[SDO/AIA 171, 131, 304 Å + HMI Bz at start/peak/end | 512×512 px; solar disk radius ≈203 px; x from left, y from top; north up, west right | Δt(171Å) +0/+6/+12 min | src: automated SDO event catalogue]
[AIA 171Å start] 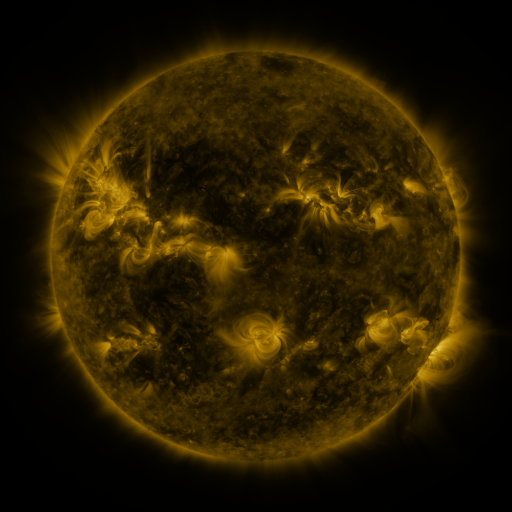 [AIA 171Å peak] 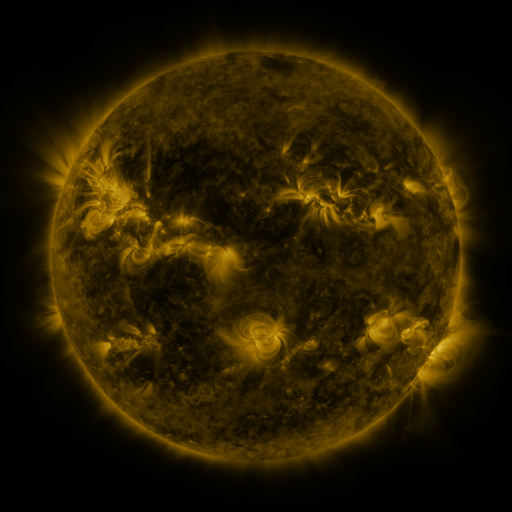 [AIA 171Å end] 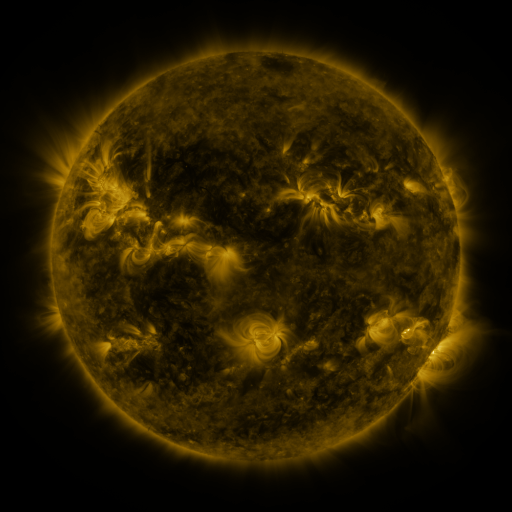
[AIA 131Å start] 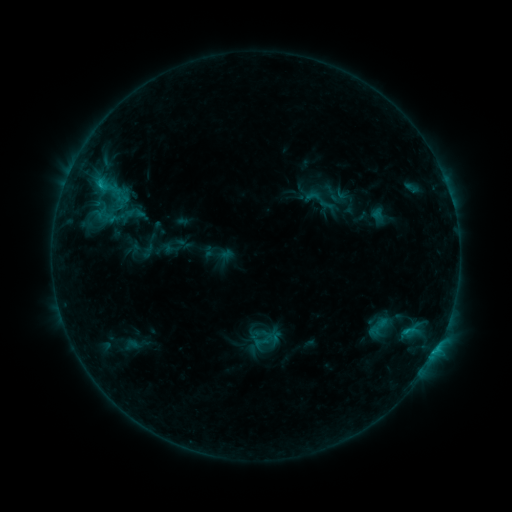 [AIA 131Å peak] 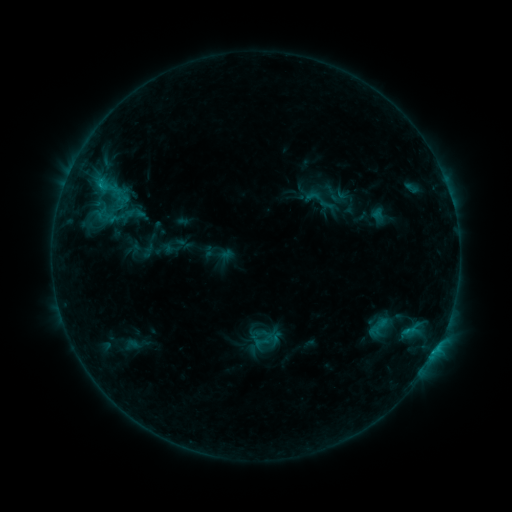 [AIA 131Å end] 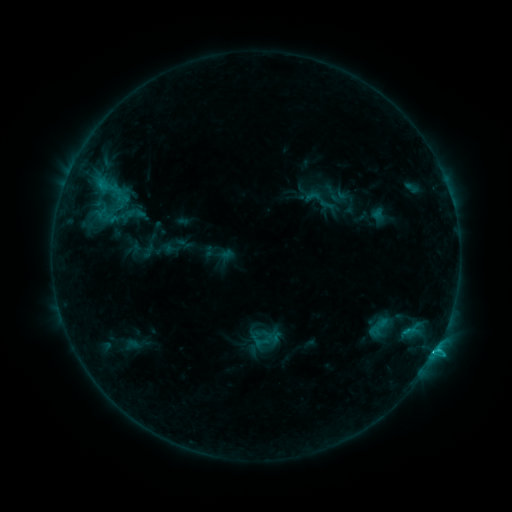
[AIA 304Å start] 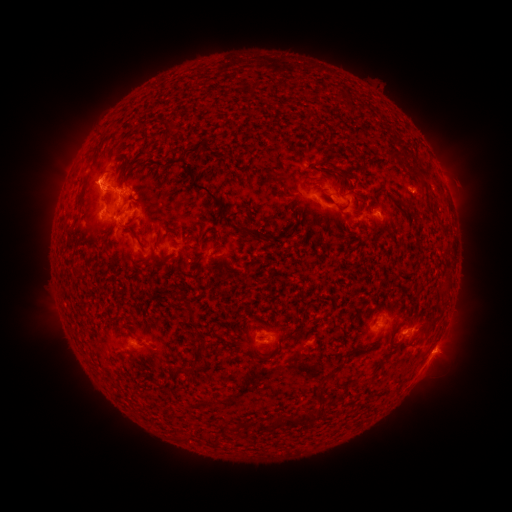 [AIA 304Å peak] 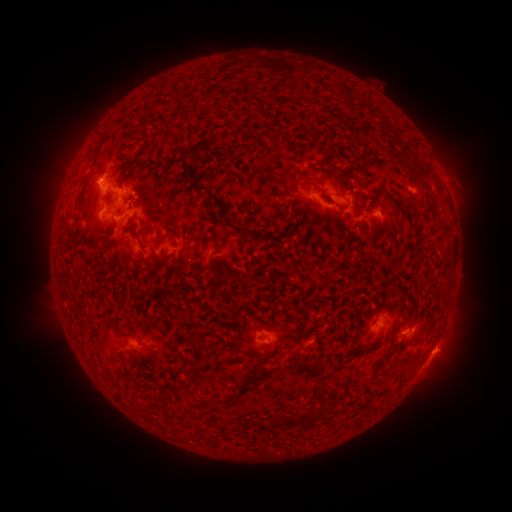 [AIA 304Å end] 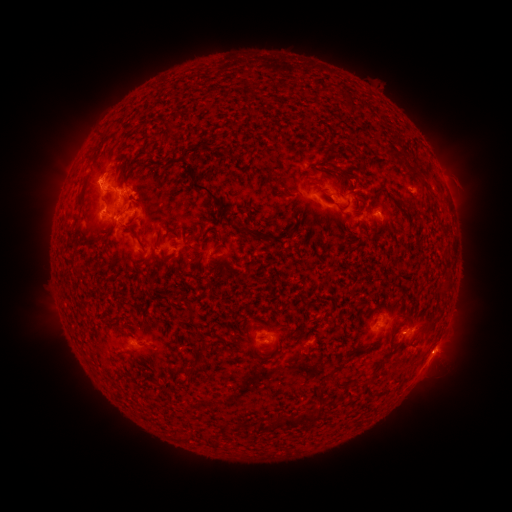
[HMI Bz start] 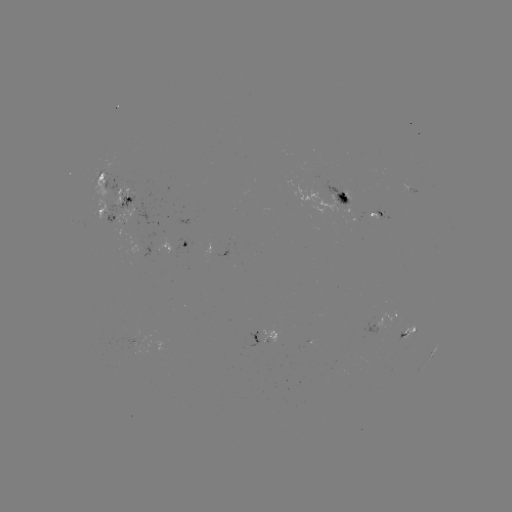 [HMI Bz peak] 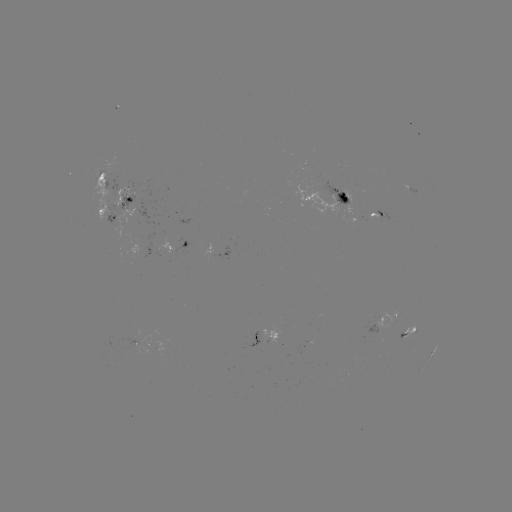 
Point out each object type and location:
C1.9 flare: (432, 352)
